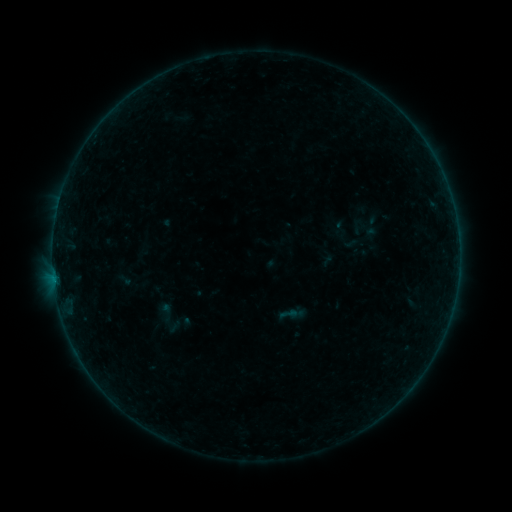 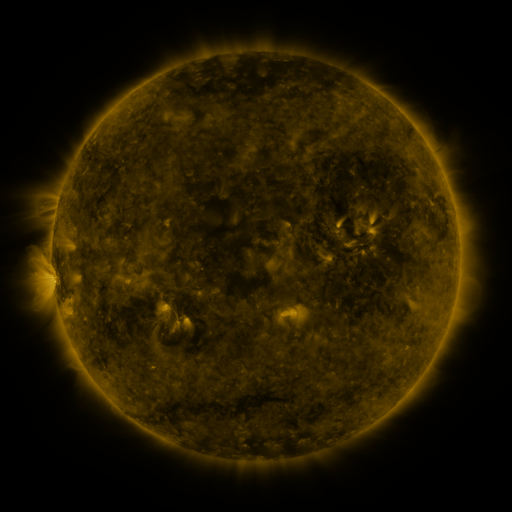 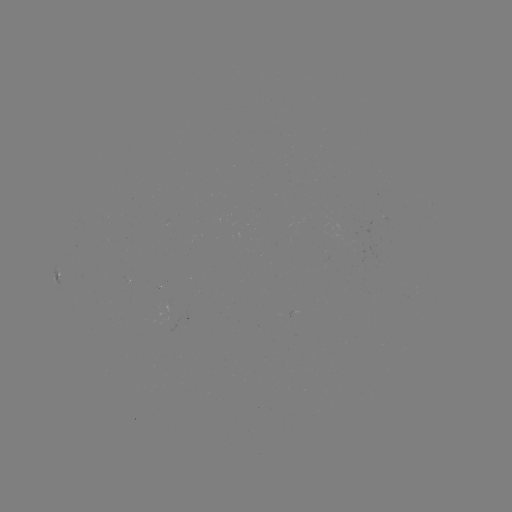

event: sigmoid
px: (166, 313)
